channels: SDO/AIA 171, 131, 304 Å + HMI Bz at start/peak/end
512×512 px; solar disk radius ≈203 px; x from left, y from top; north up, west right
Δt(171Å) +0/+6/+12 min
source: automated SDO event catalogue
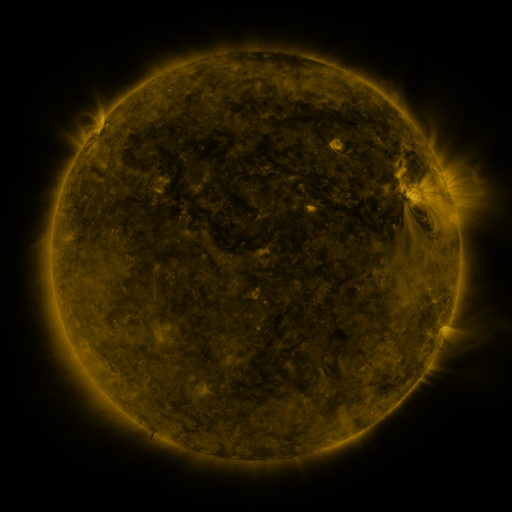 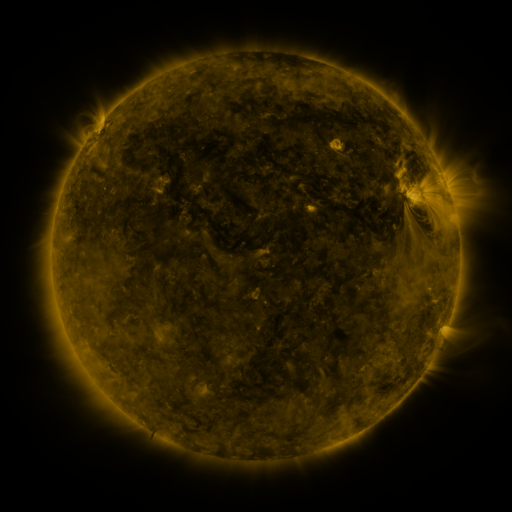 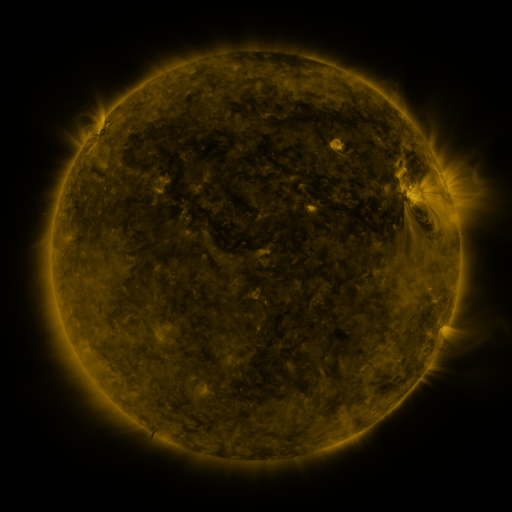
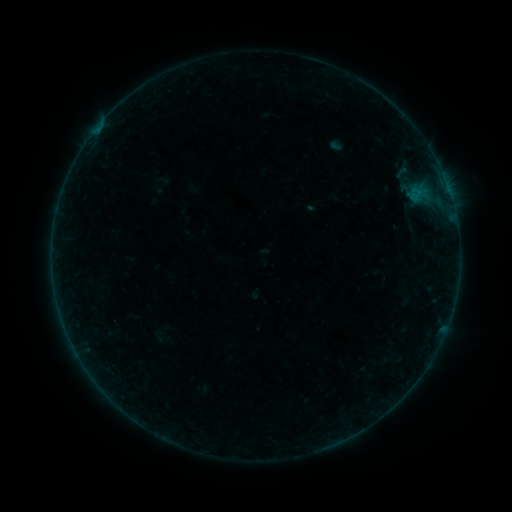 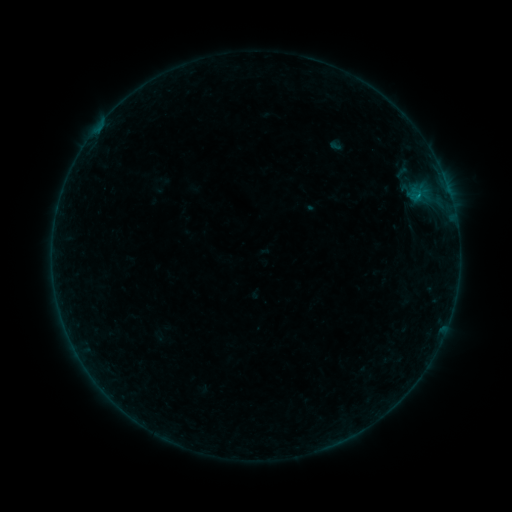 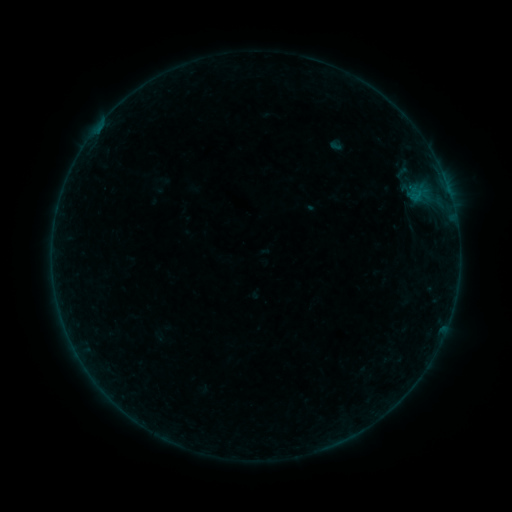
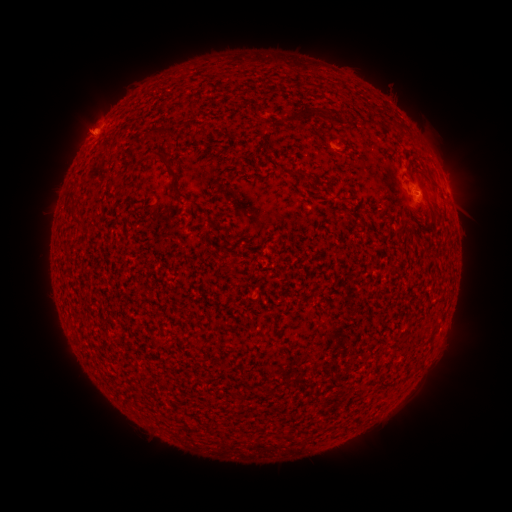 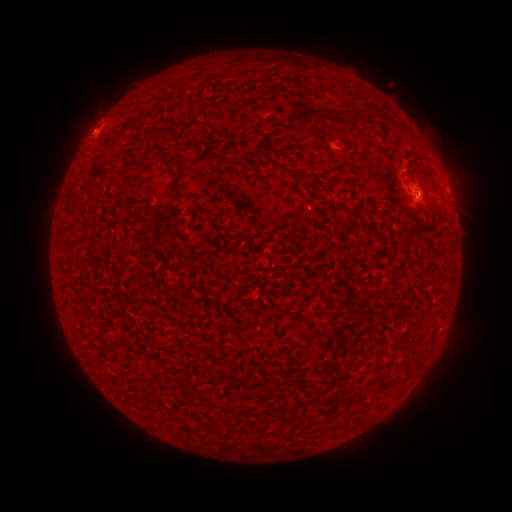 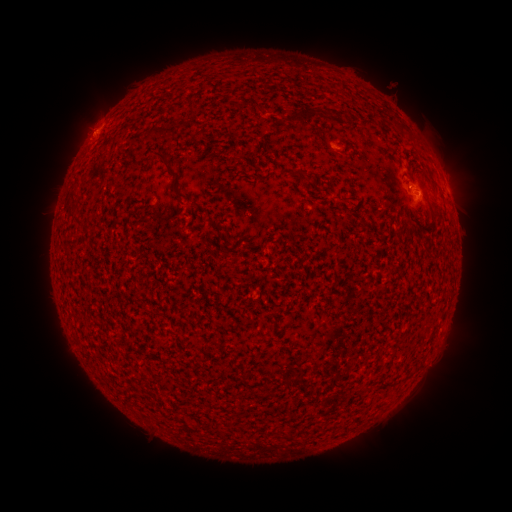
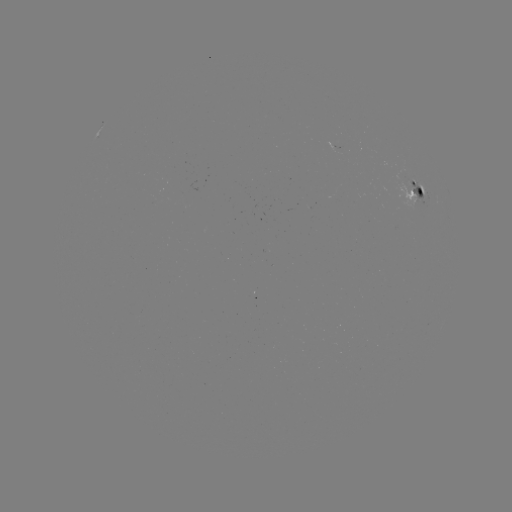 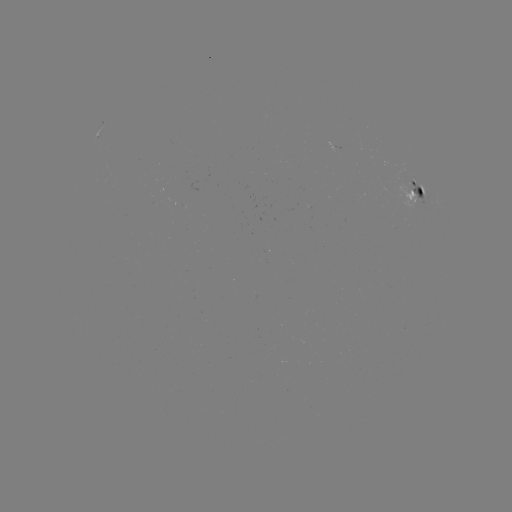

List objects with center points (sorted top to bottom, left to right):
B3.4 flare: (417, 198)
